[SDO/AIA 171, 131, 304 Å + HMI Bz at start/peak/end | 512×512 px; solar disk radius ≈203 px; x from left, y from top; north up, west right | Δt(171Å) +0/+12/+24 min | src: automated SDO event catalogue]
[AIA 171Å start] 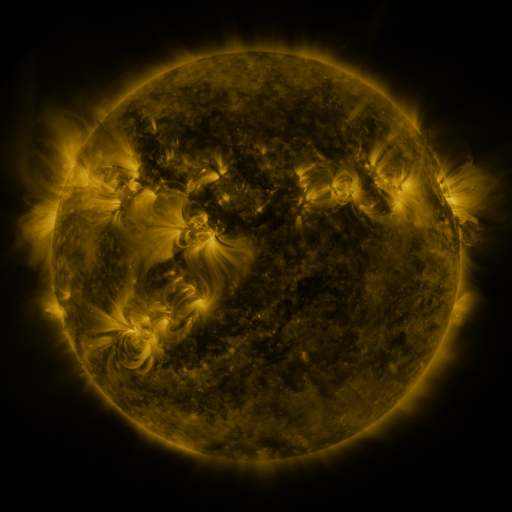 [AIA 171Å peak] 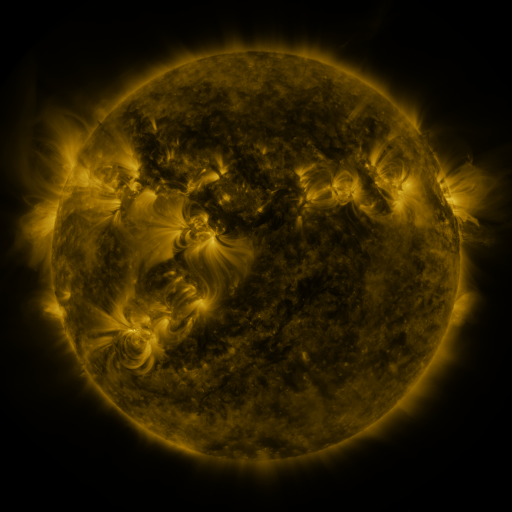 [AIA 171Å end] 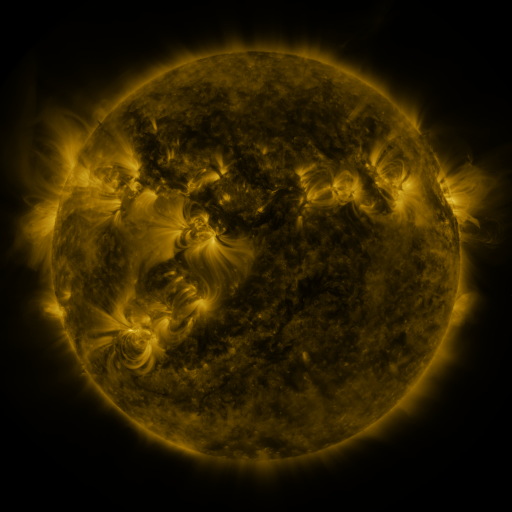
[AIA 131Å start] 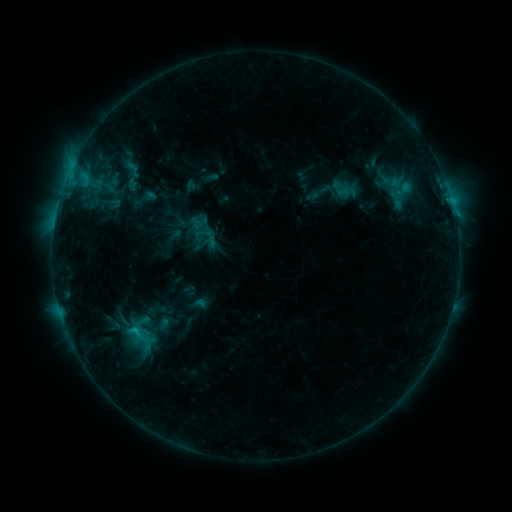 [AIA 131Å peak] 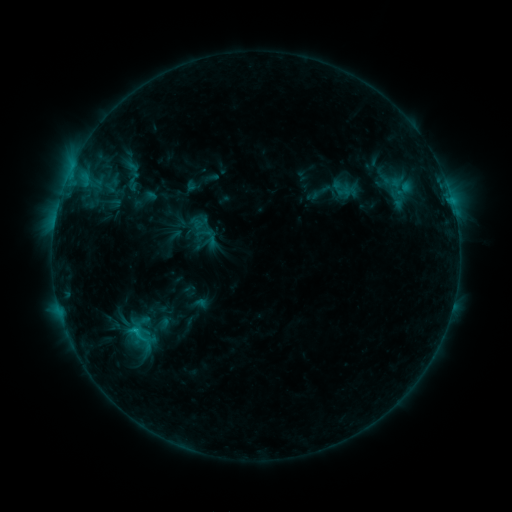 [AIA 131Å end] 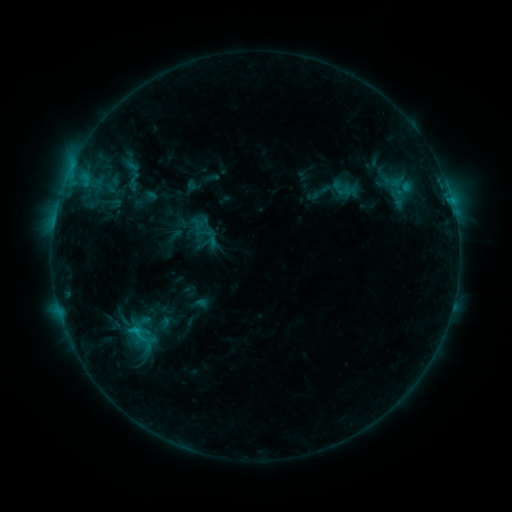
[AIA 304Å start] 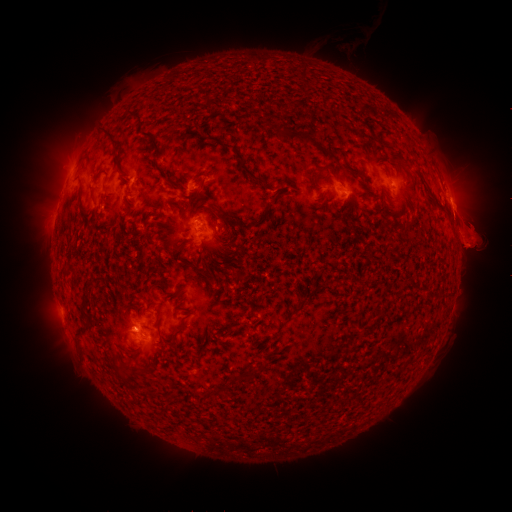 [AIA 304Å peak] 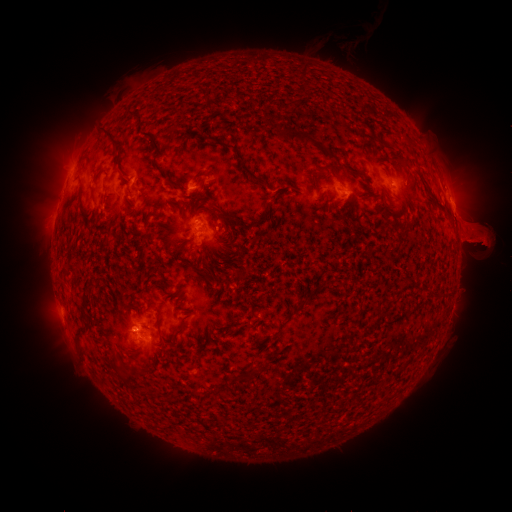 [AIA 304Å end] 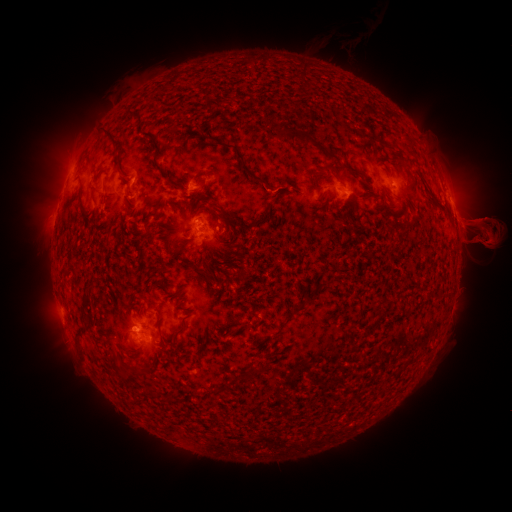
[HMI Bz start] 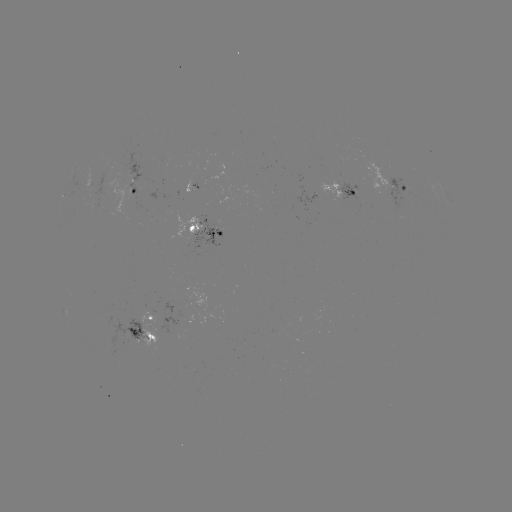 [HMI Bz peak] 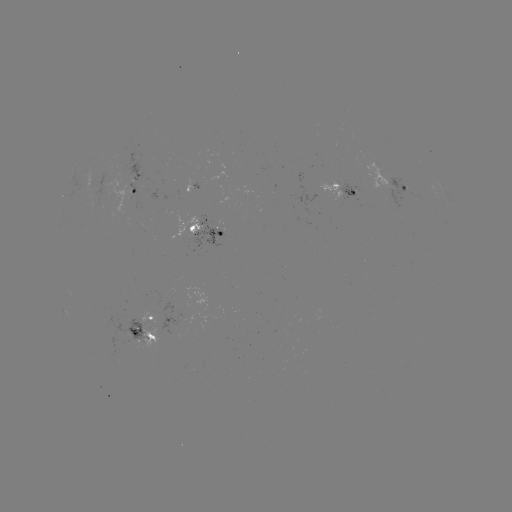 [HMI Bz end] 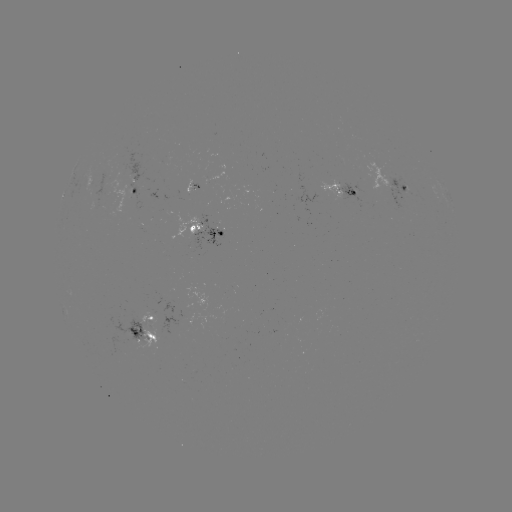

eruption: (6, 211, 37, 261)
